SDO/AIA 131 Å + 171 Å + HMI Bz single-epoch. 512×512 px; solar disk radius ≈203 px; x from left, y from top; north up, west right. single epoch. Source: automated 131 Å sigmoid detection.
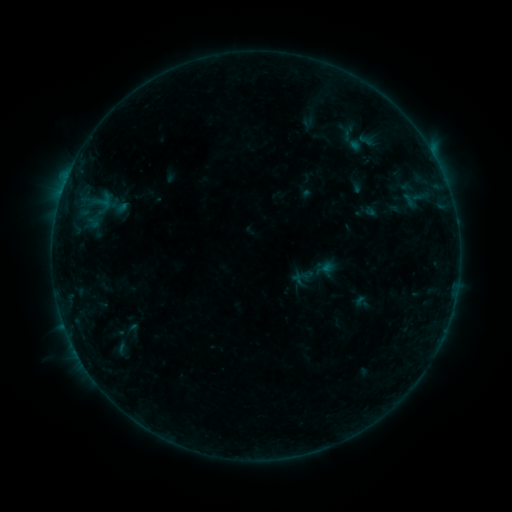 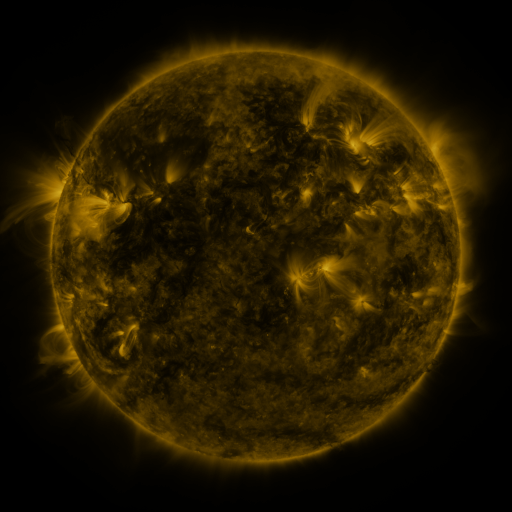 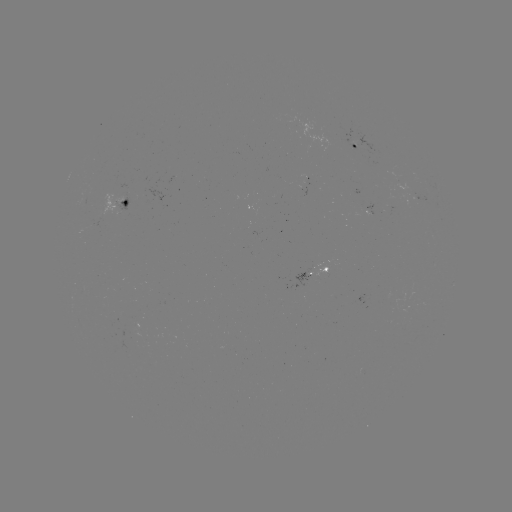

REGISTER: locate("sigmoid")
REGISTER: (364, 138)